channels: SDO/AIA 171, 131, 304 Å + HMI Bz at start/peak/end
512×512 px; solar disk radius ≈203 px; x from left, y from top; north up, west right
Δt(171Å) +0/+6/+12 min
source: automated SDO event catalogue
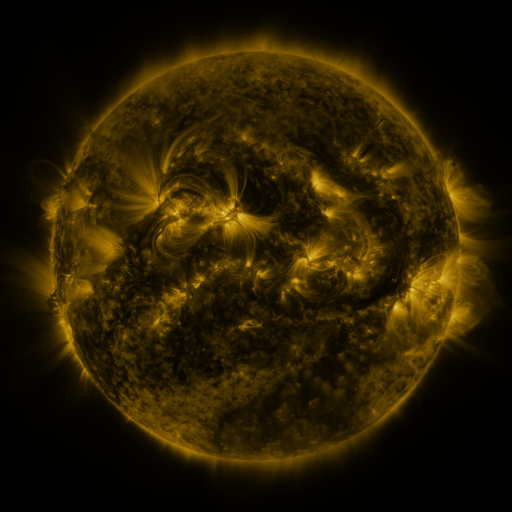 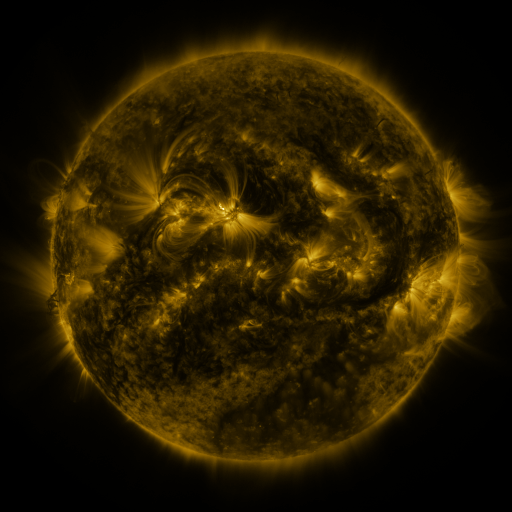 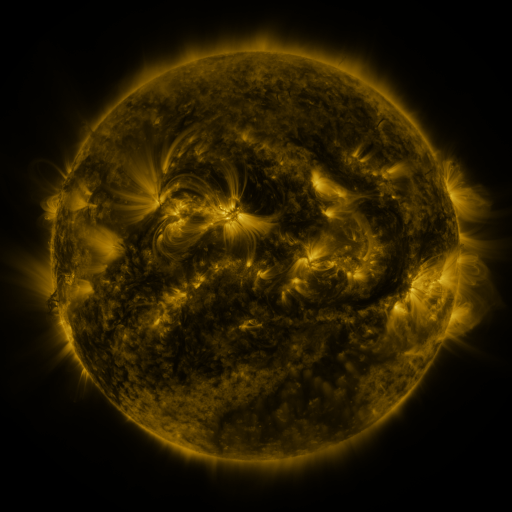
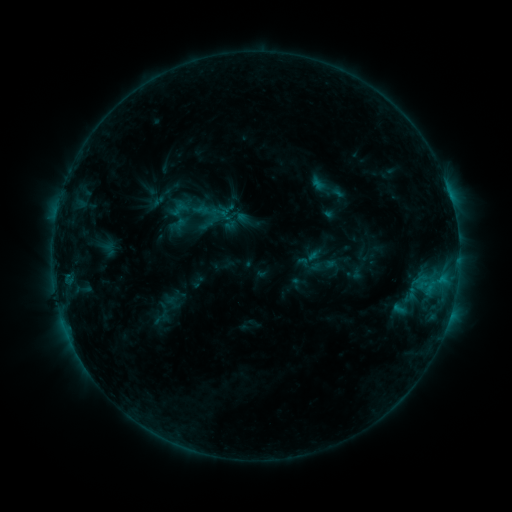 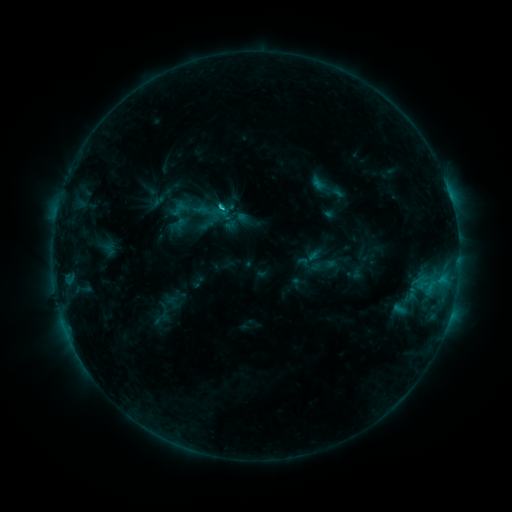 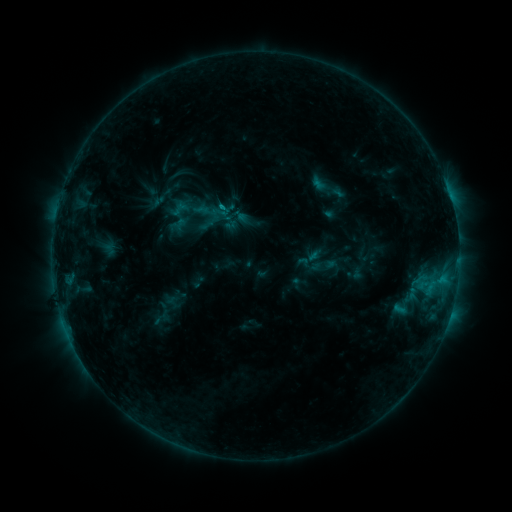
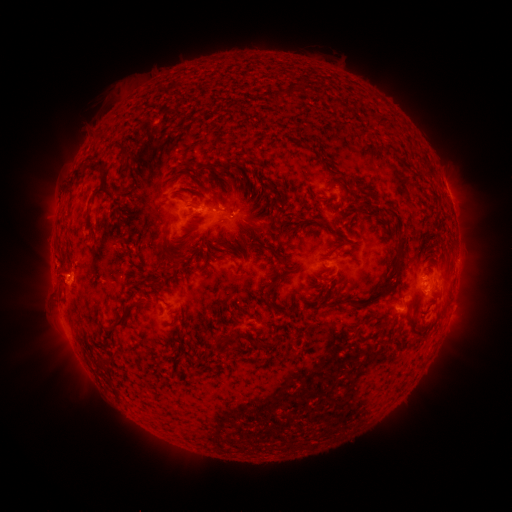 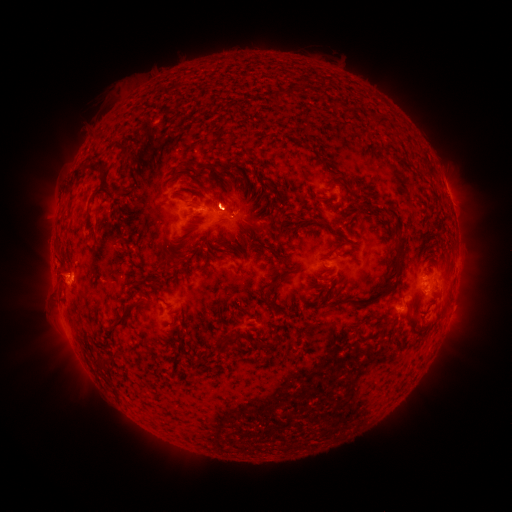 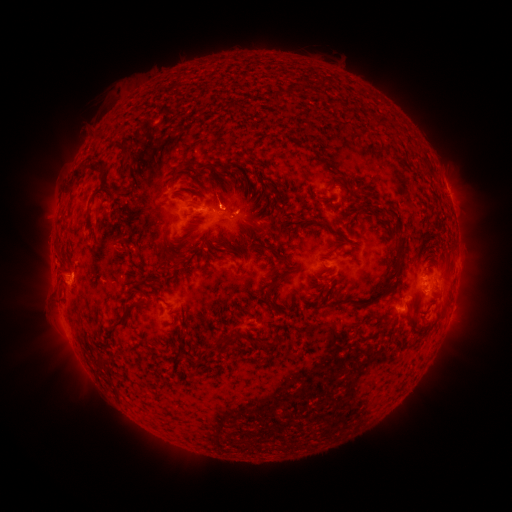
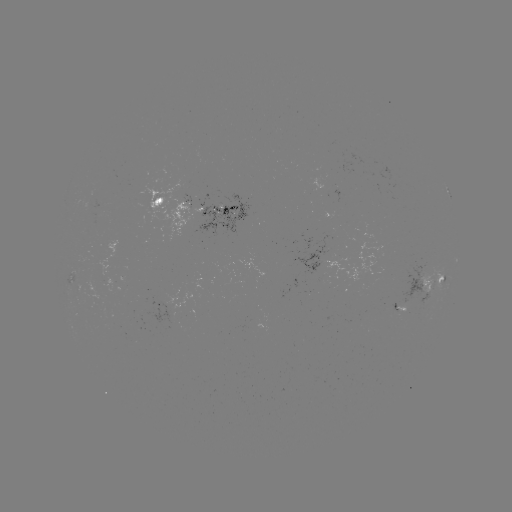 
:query C1.0 flare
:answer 224,210